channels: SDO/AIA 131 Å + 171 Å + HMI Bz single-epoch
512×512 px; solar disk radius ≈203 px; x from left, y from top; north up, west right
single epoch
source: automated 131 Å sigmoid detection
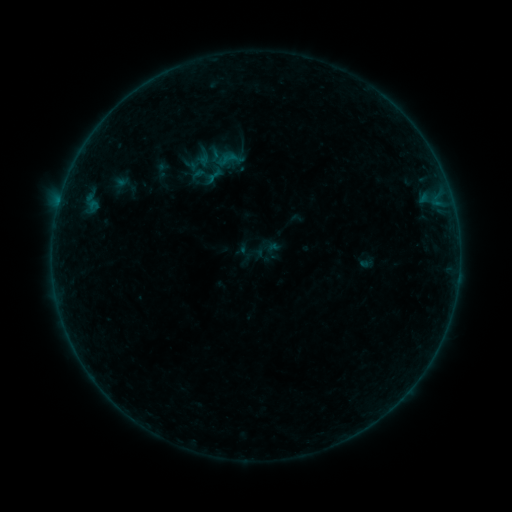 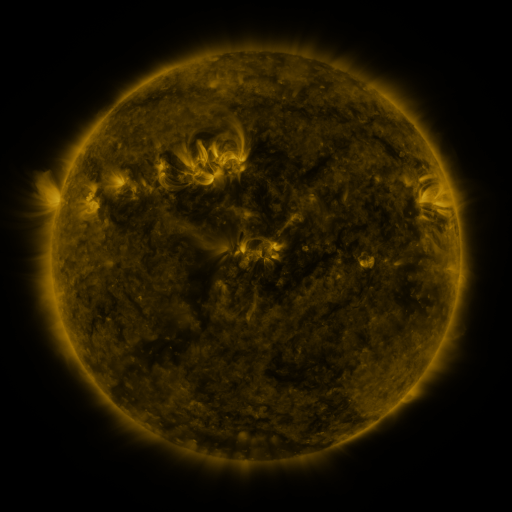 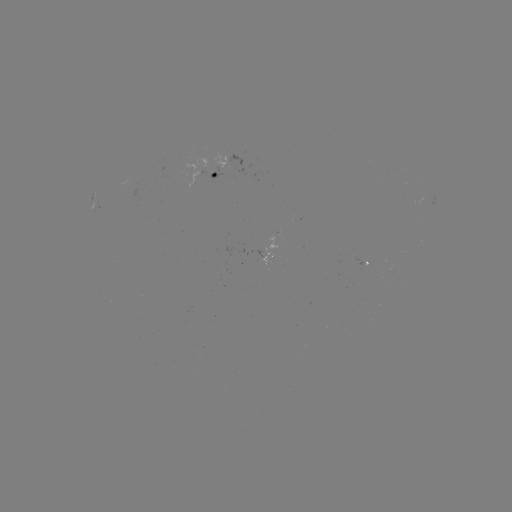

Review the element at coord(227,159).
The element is sigmoid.